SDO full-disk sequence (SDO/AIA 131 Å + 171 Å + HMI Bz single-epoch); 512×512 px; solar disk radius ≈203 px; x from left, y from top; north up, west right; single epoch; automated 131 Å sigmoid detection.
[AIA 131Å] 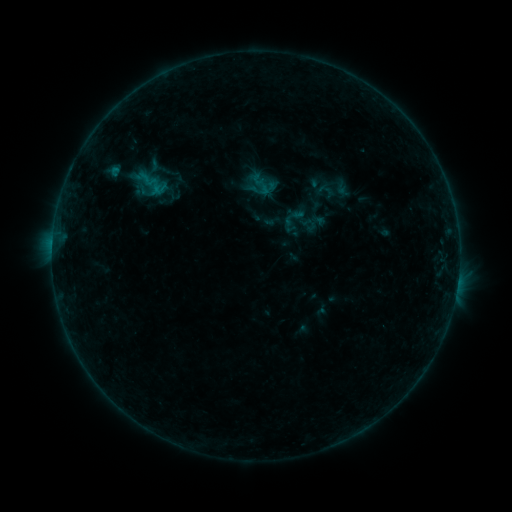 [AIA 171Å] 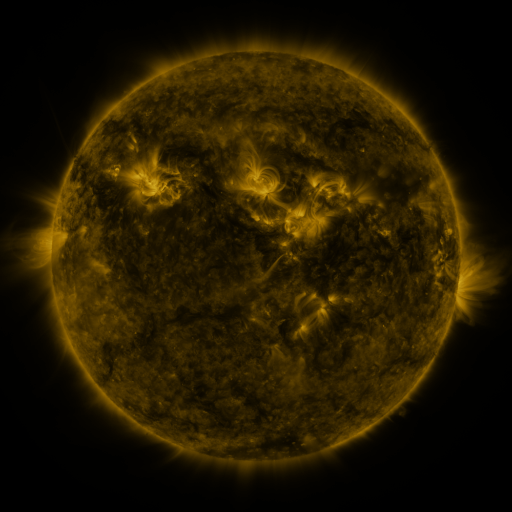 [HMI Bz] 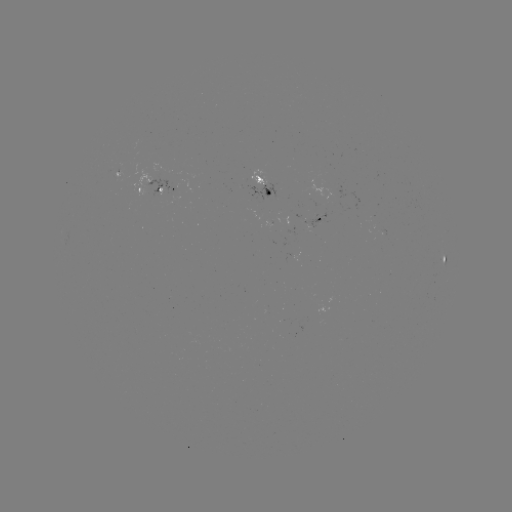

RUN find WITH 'sigmoid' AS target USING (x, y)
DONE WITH (148, 179) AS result